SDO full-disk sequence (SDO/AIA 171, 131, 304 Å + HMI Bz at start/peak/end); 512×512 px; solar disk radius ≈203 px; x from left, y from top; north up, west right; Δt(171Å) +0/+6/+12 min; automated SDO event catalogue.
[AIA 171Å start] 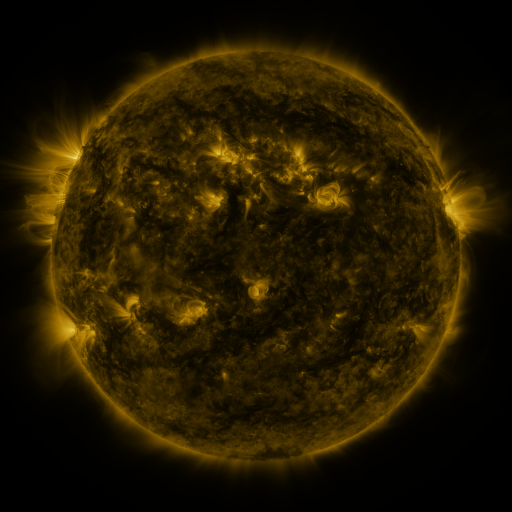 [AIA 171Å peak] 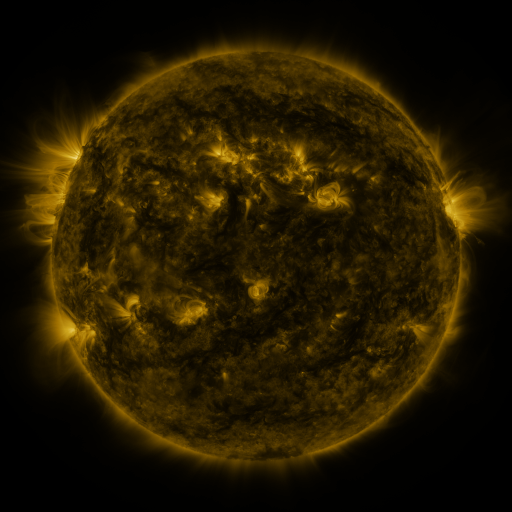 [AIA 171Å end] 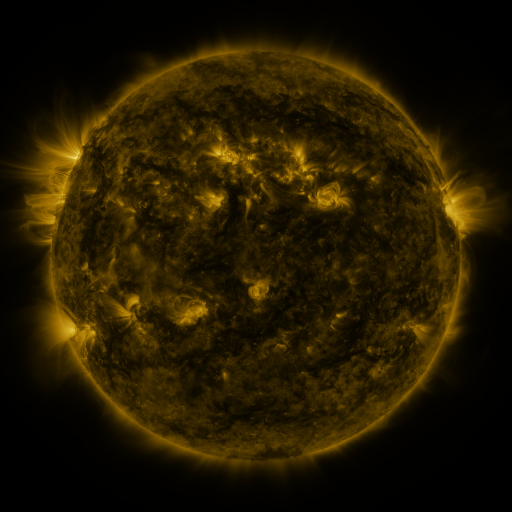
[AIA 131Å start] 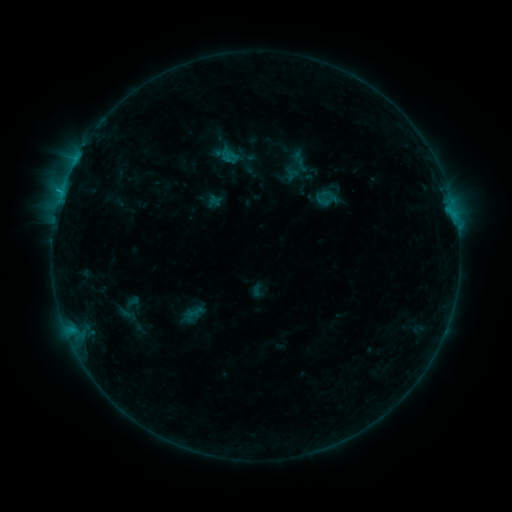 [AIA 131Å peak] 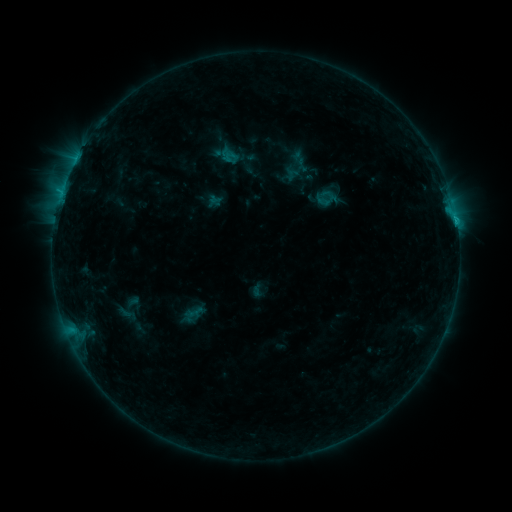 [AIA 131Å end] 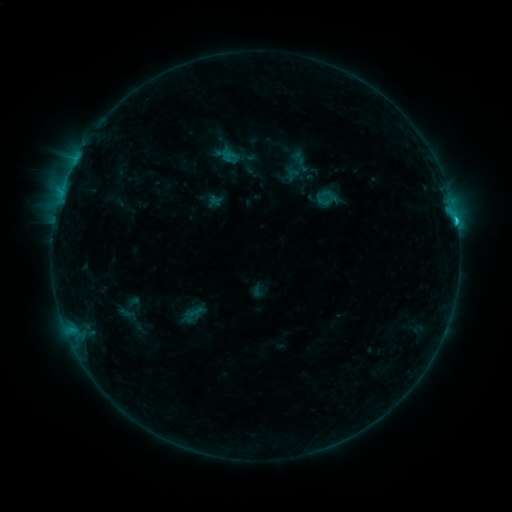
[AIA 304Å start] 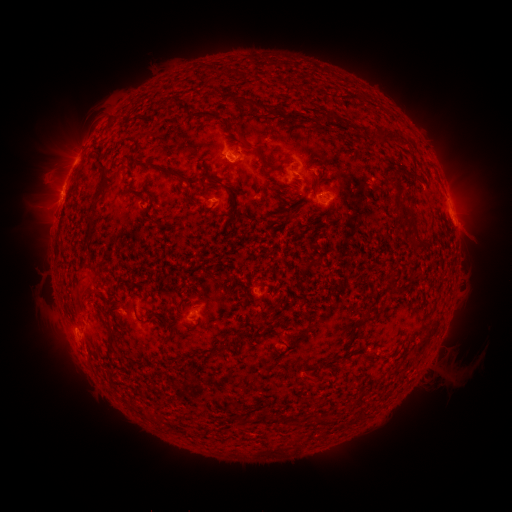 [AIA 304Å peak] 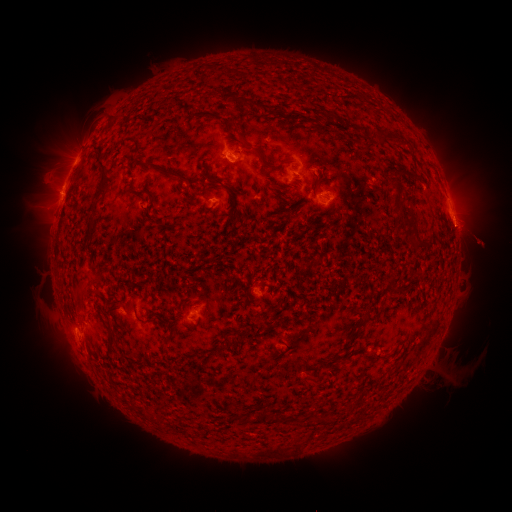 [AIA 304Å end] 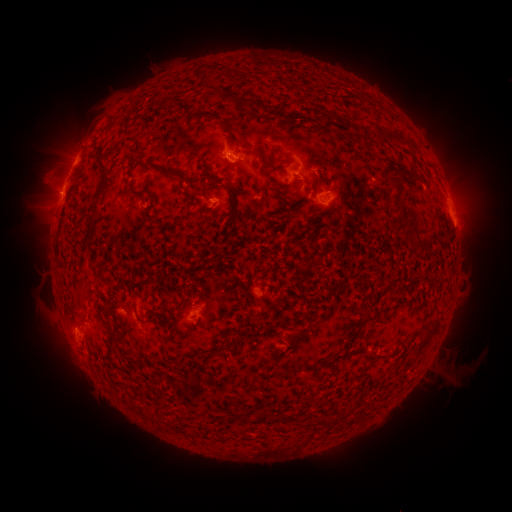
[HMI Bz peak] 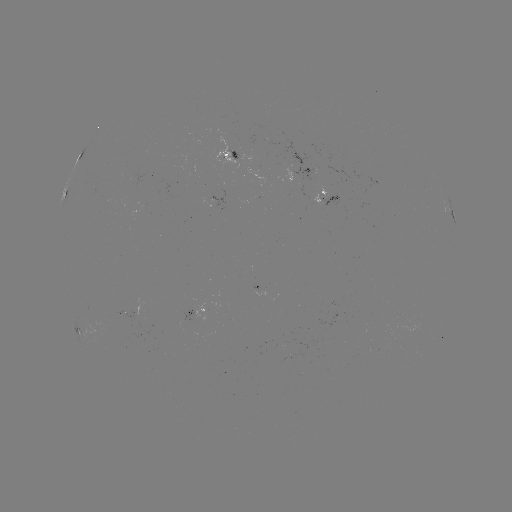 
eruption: <bbox>443, 201, 506, 264</bbox>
